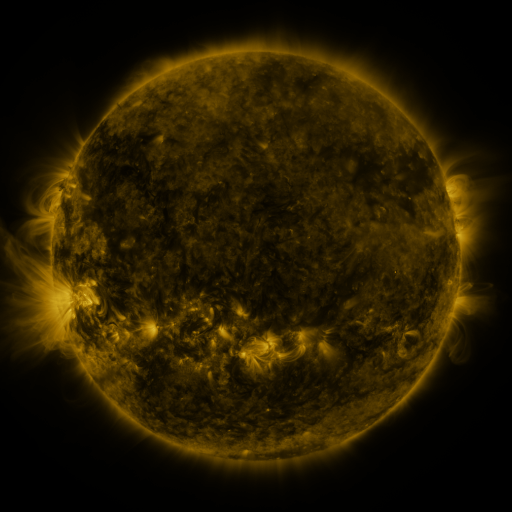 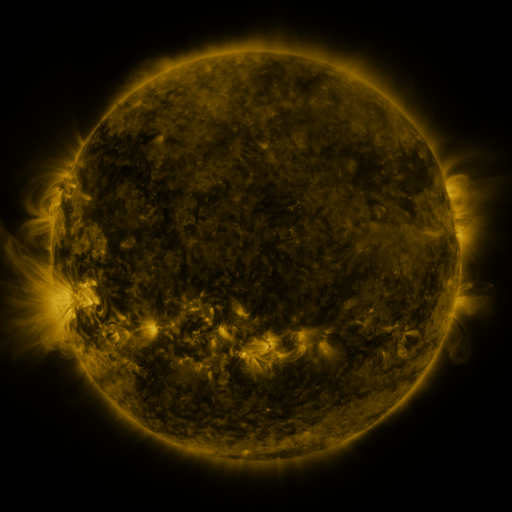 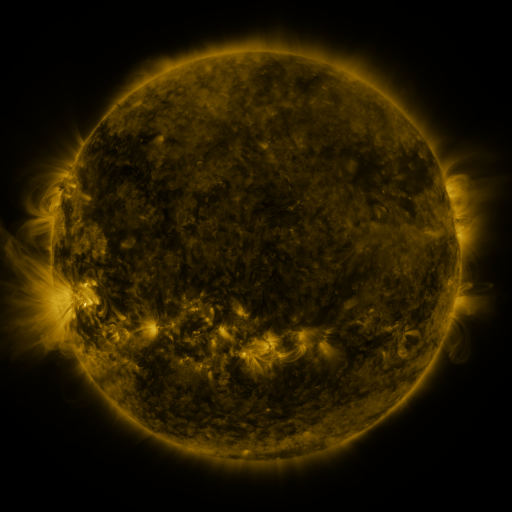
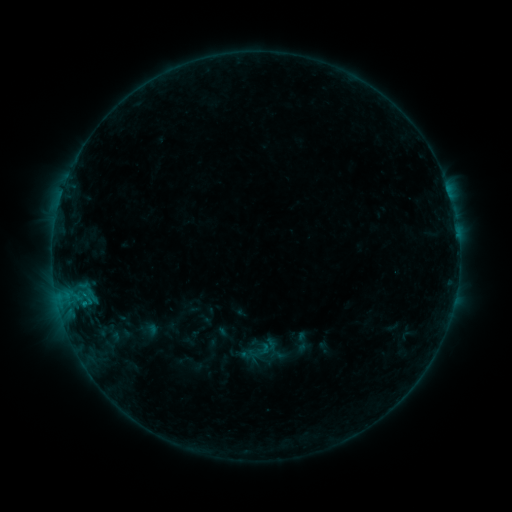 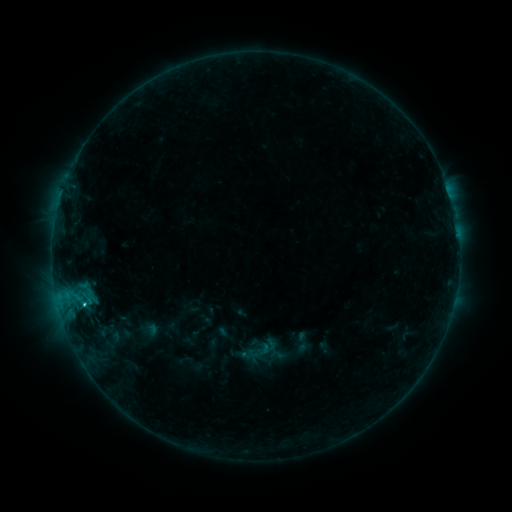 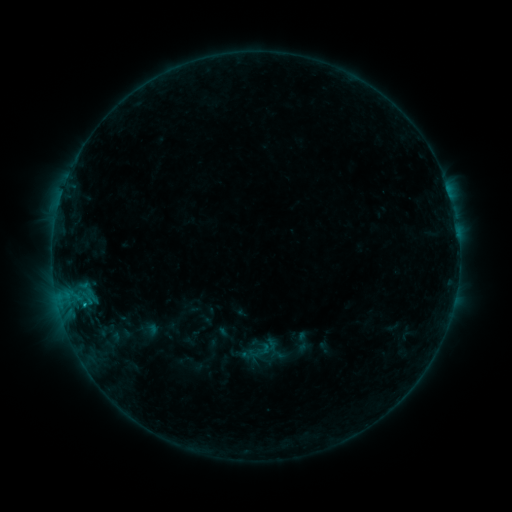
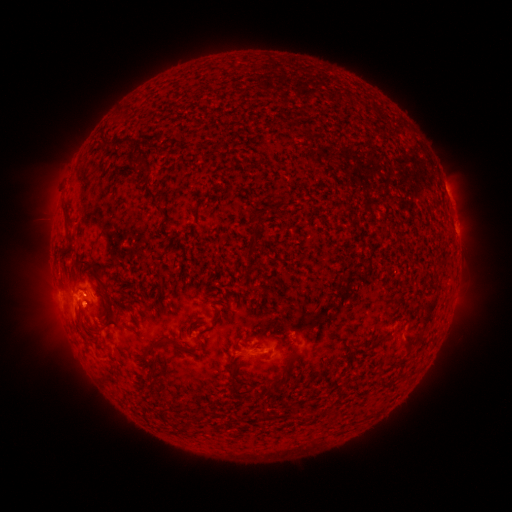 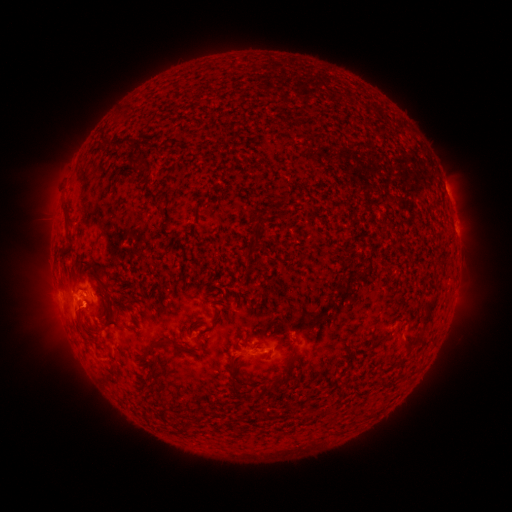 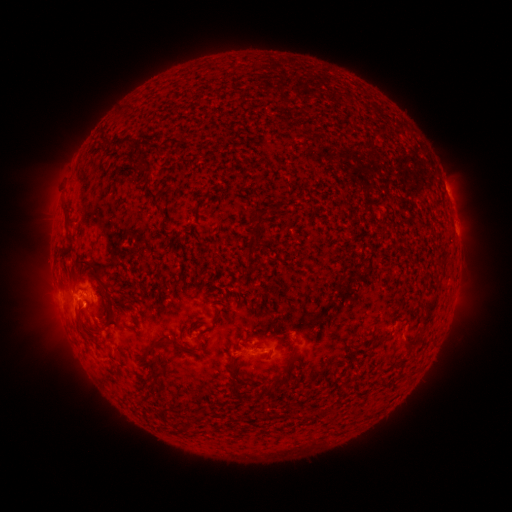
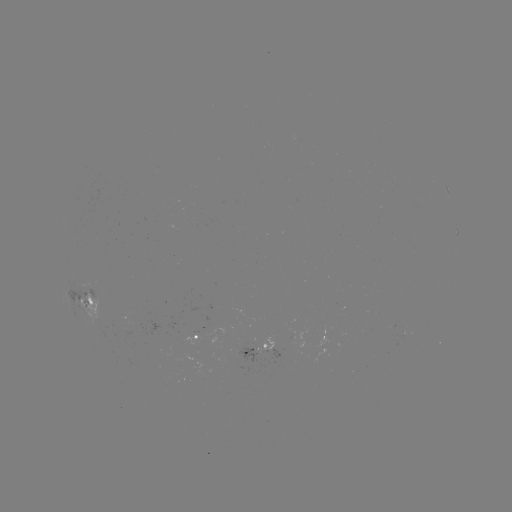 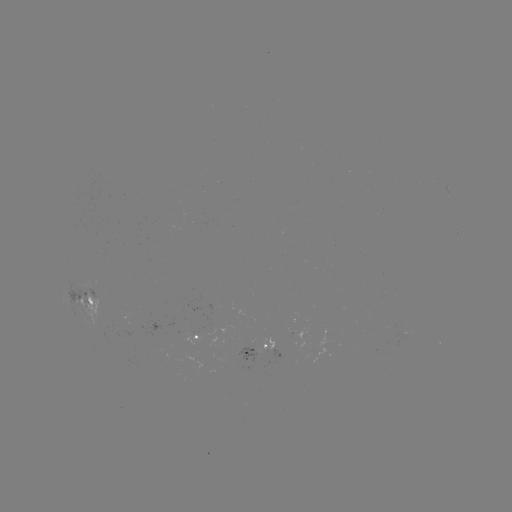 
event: flare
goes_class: C1.1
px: (84, 301)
